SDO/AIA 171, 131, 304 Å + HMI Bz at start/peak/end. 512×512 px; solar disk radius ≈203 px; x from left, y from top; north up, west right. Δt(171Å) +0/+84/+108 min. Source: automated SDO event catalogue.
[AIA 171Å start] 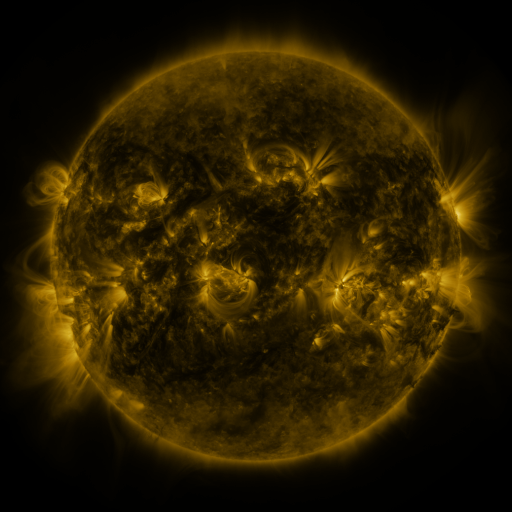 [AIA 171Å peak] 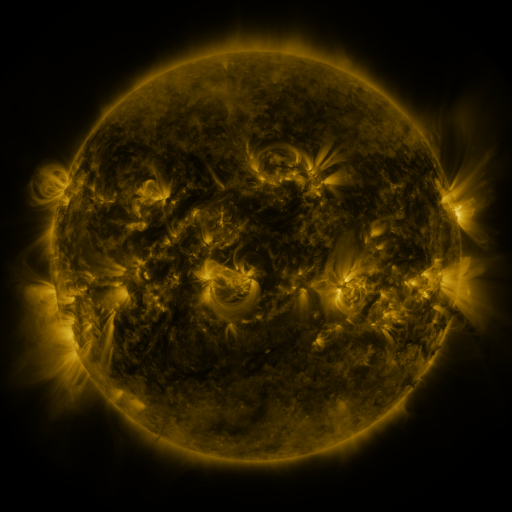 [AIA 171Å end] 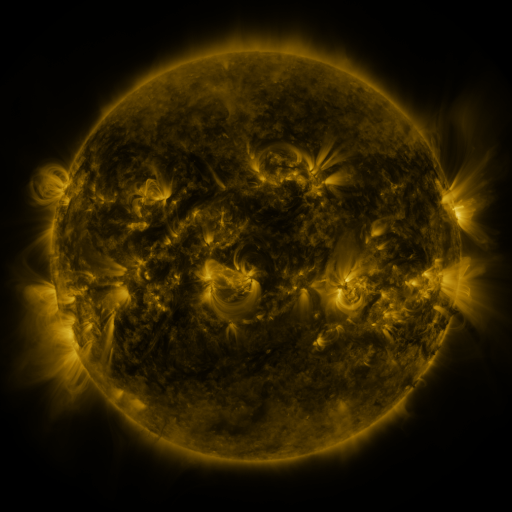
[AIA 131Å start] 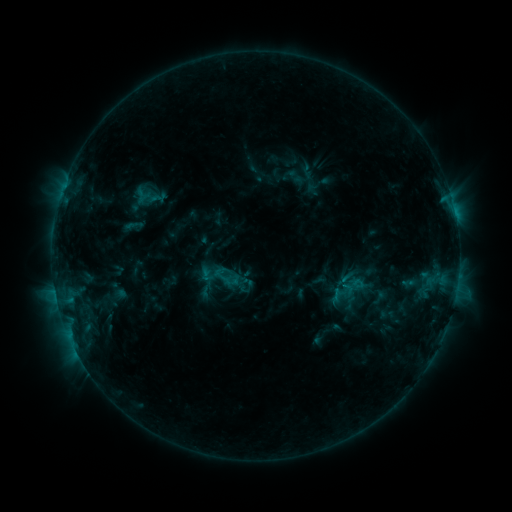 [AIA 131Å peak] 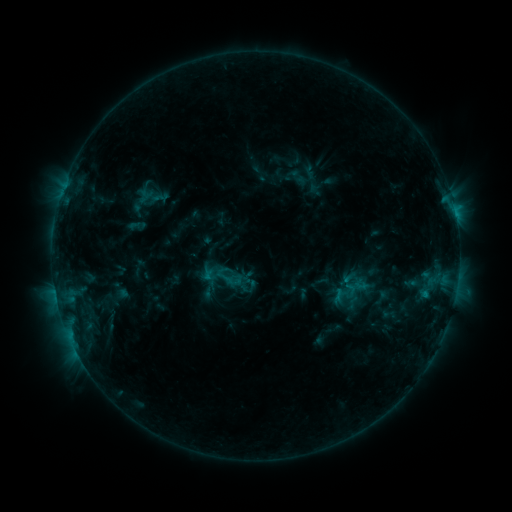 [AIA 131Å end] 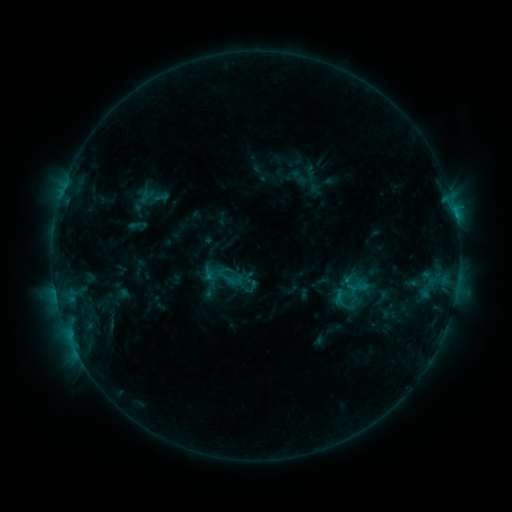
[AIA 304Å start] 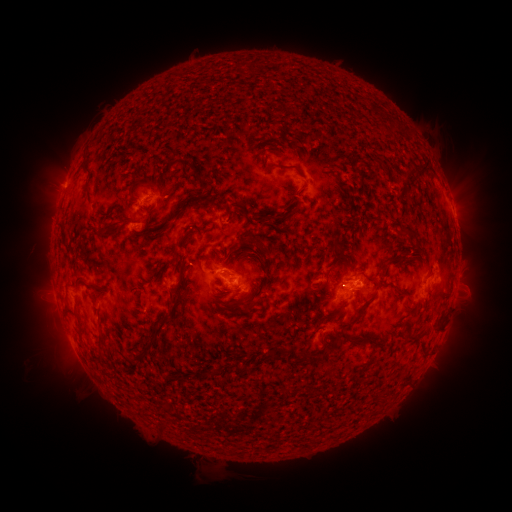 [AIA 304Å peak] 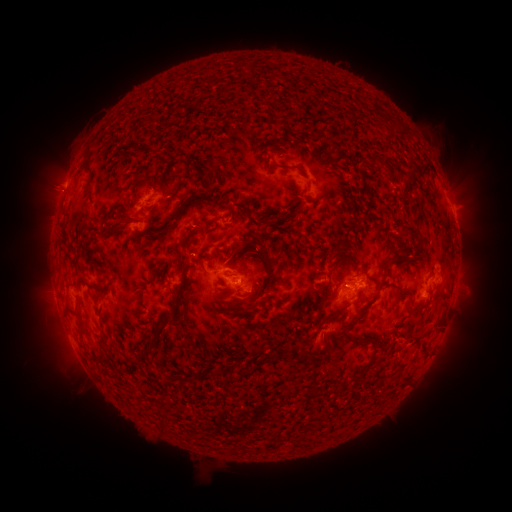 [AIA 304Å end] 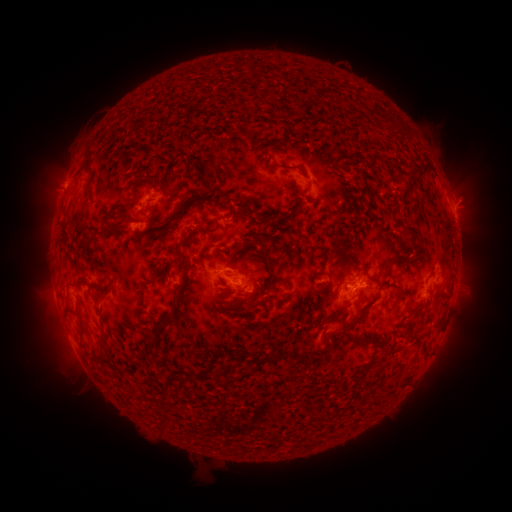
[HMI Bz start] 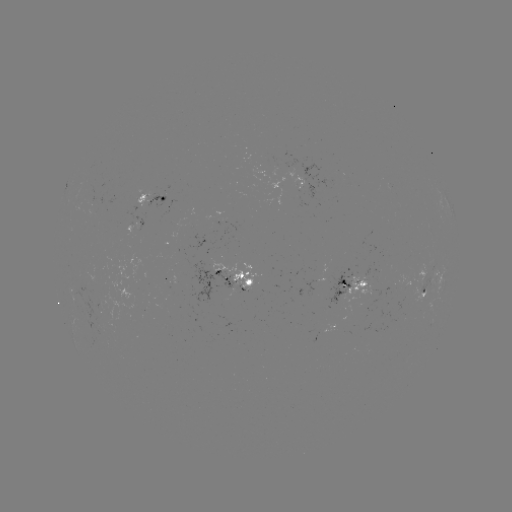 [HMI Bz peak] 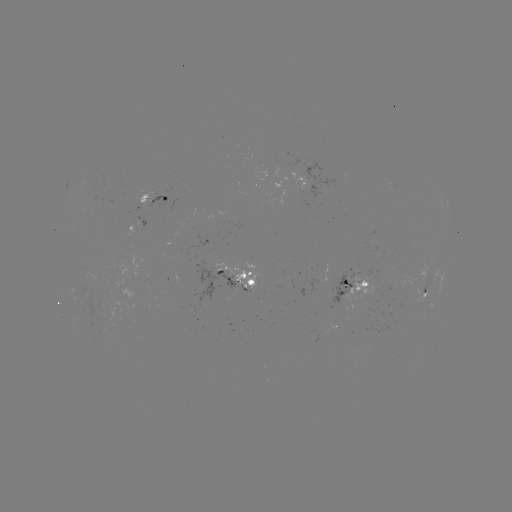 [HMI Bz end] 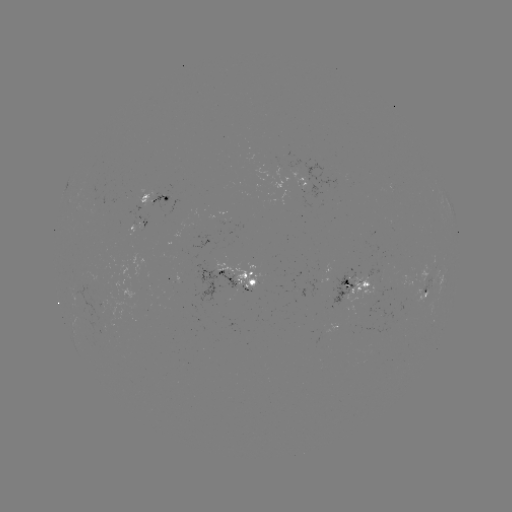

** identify emerging-flux region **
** [402, 284] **